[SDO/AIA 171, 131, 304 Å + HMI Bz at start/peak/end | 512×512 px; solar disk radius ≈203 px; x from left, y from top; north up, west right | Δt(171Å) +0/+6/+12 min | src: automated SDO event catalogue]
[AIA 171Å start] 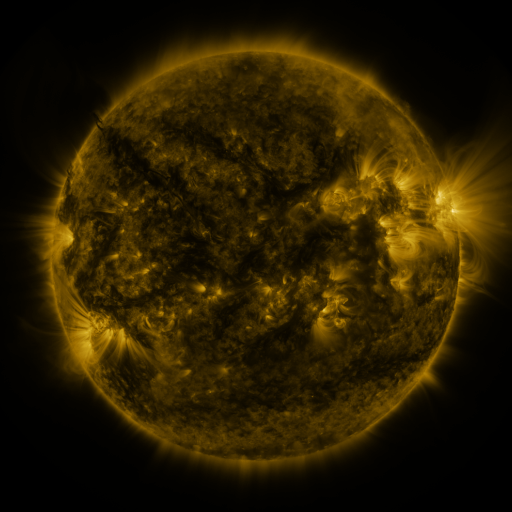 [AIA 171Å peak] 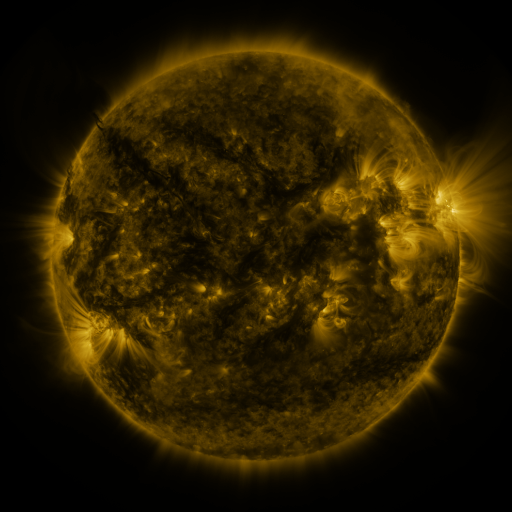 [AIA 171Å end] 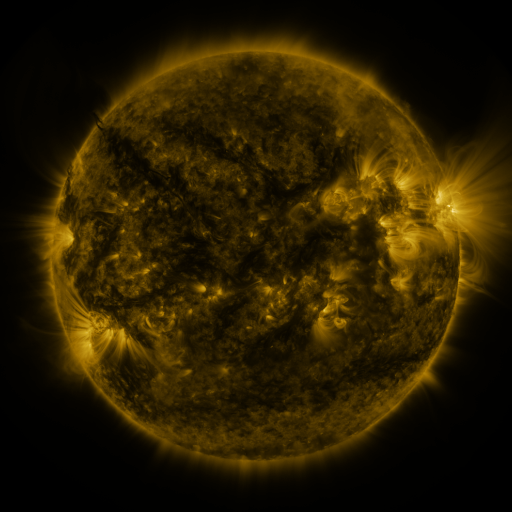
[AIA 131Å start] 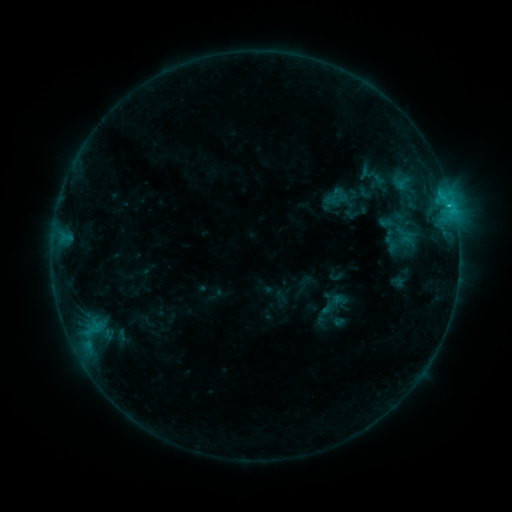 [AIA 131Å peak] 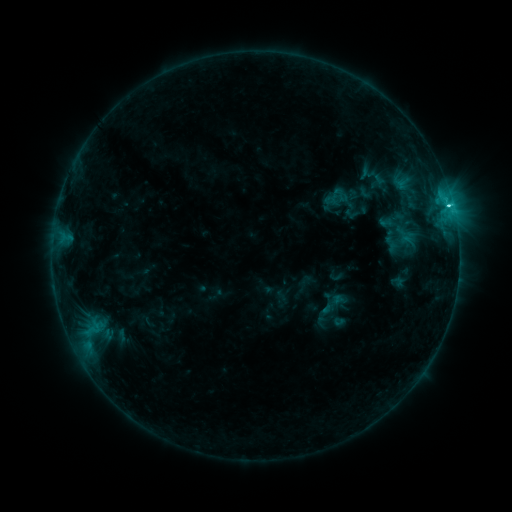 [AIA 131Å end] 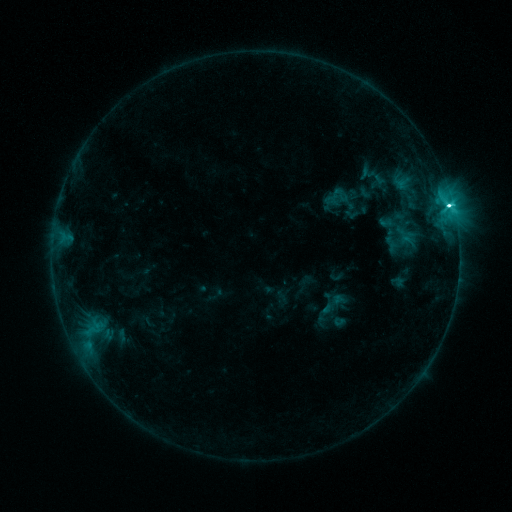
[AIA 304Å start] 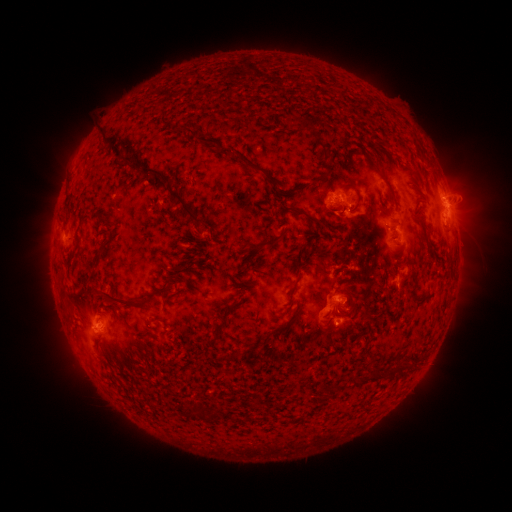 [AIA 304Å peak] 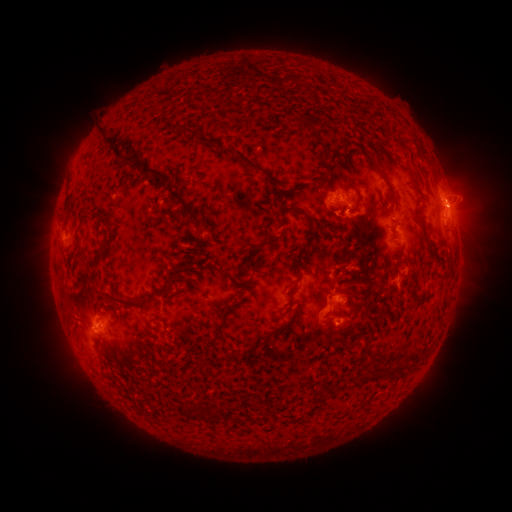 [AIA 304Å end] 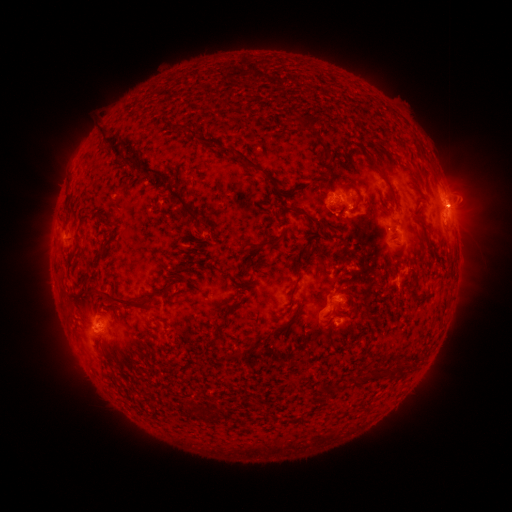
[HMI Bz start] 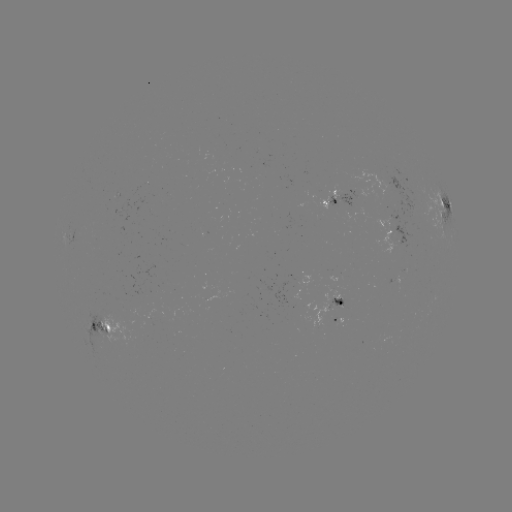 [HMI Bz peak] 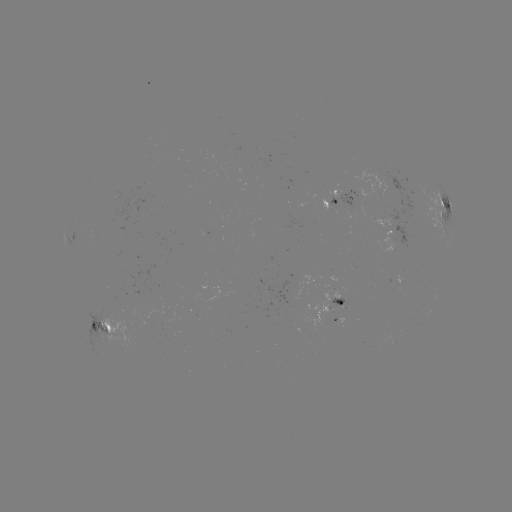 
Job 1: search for C5.8 flare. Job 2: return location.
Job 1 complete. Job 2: (448, 207).